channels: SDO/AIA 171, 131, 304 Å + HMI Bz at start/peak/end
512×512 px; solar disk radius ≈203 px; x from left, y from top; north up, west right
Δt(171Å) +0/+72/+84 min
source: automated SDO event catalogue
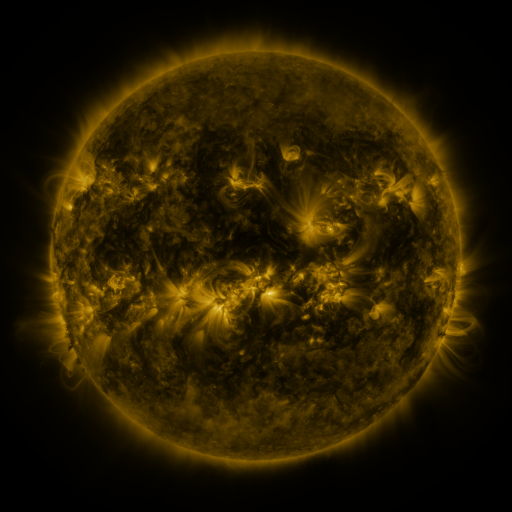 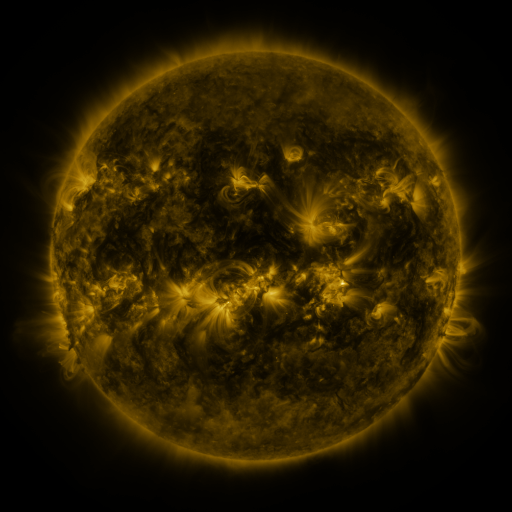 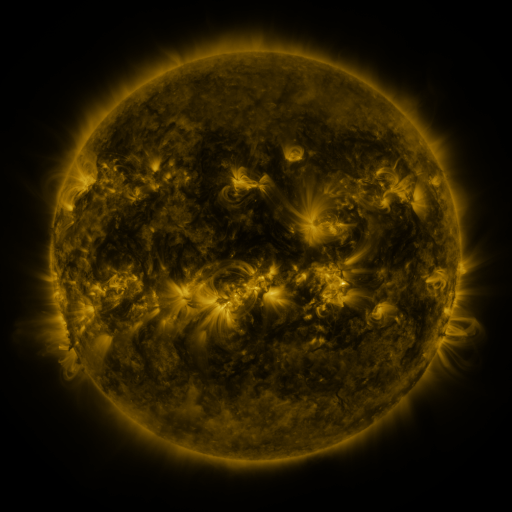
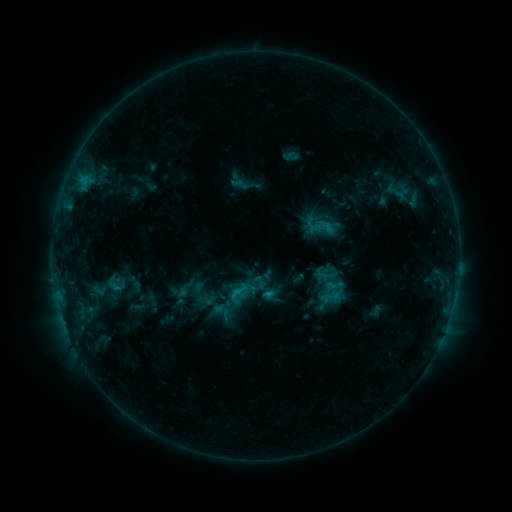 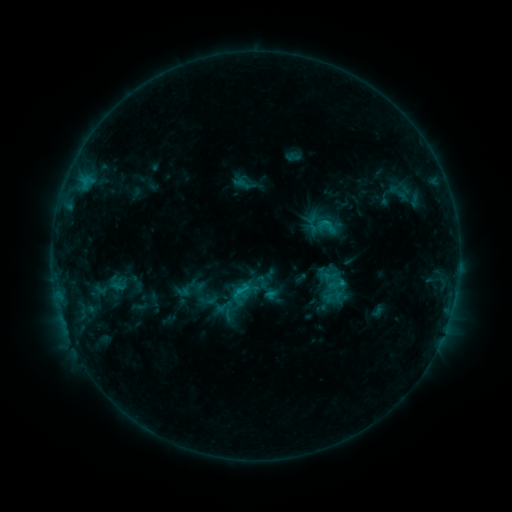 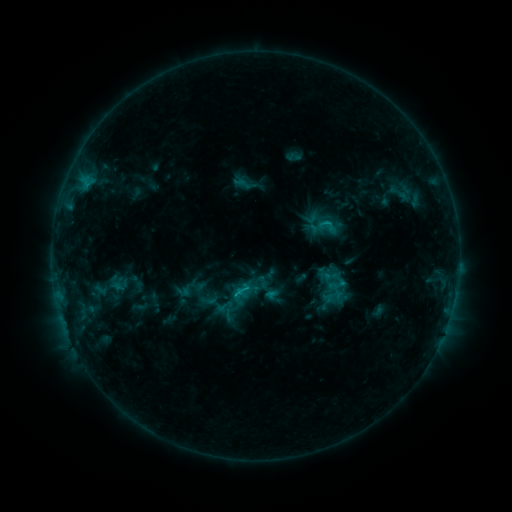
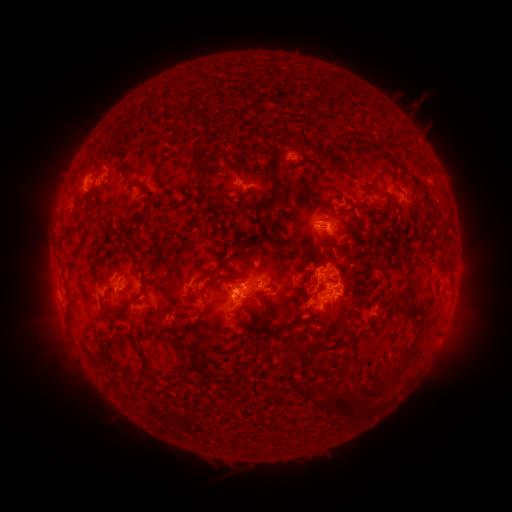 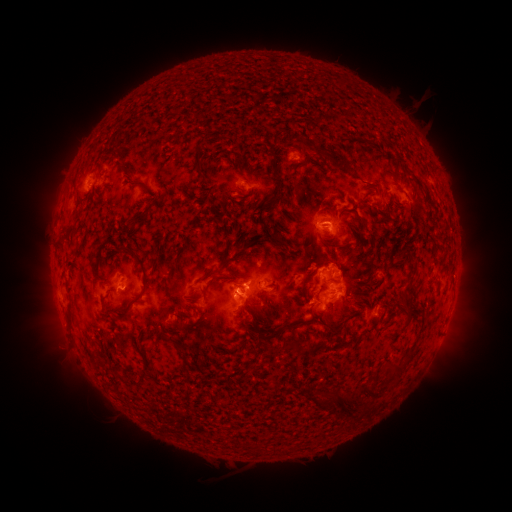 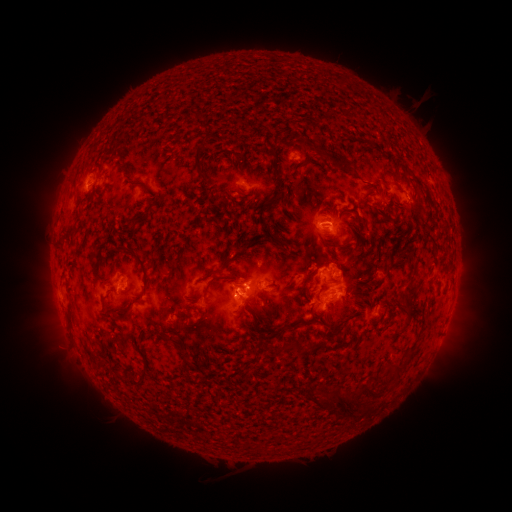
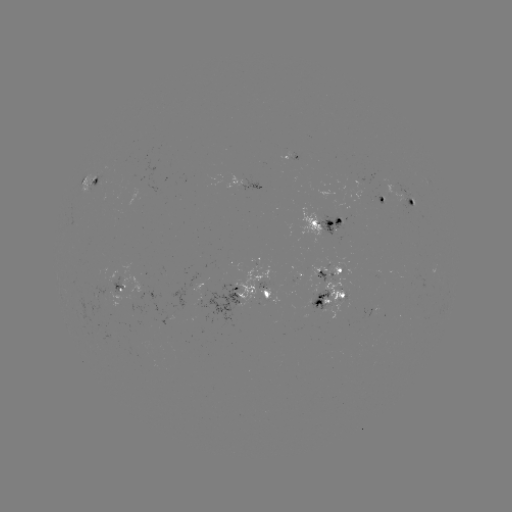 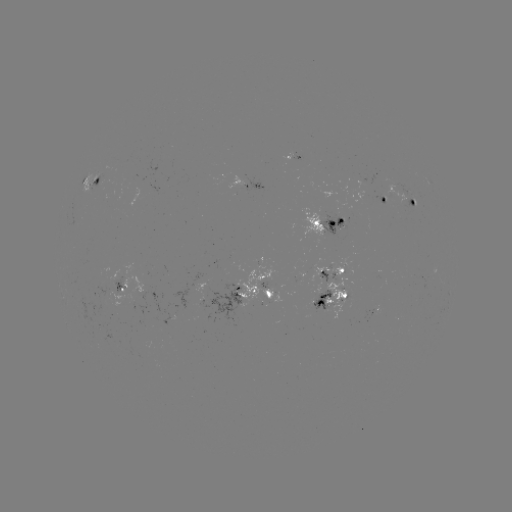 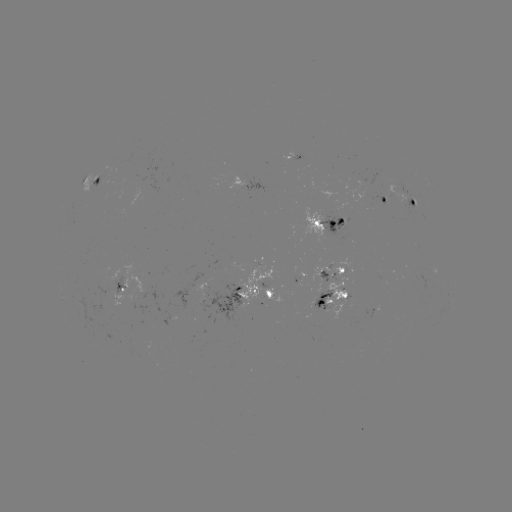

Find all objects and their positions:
emerging-flux region: (212, 304)
